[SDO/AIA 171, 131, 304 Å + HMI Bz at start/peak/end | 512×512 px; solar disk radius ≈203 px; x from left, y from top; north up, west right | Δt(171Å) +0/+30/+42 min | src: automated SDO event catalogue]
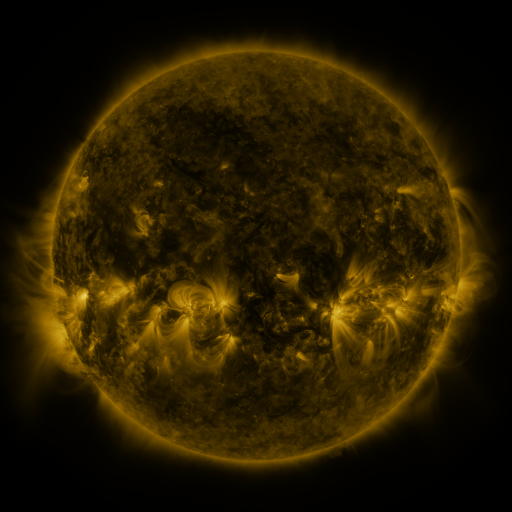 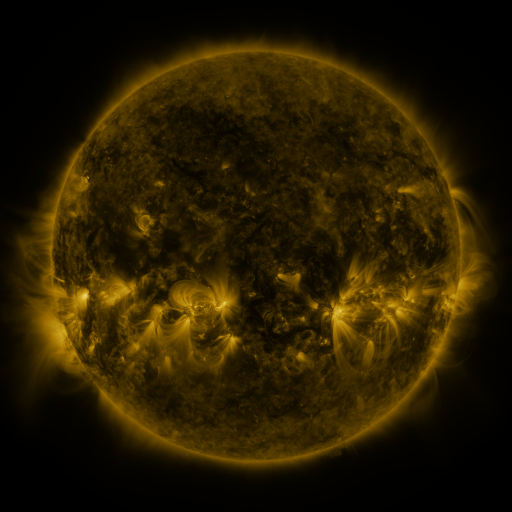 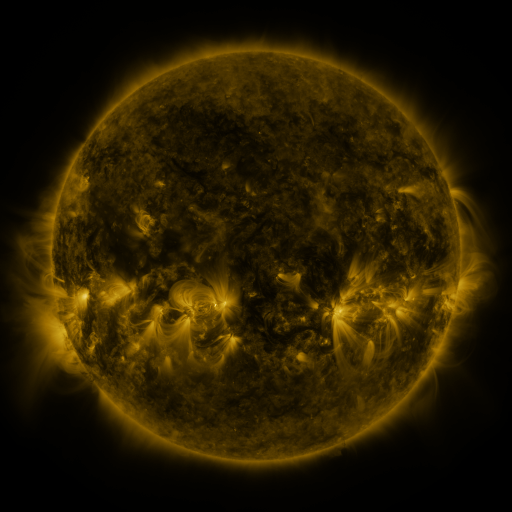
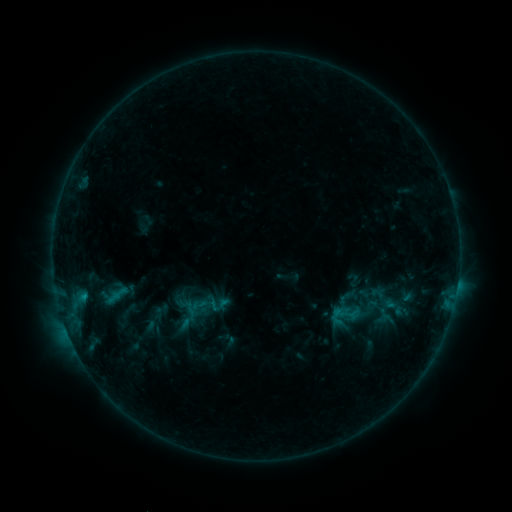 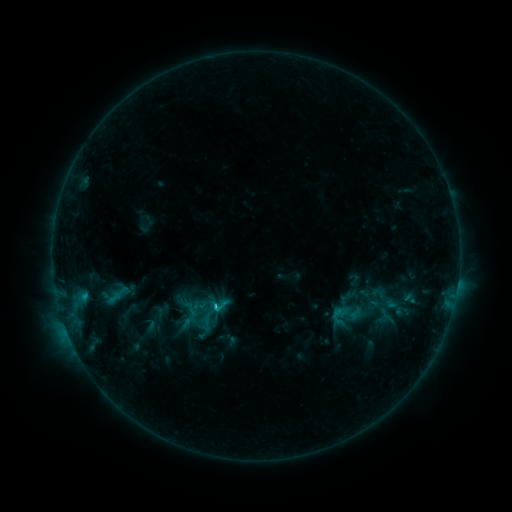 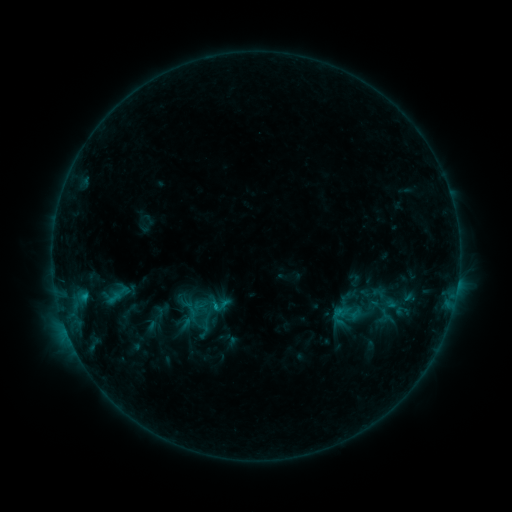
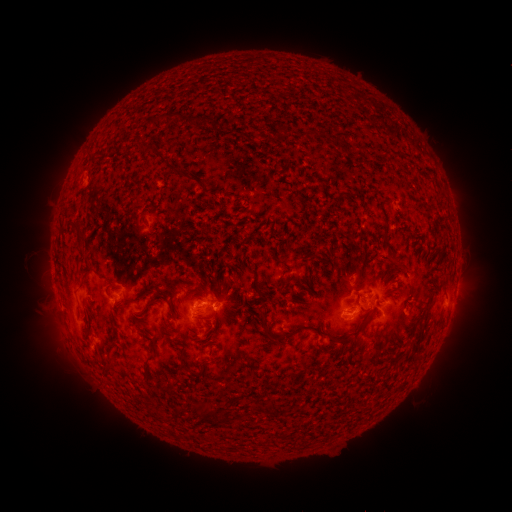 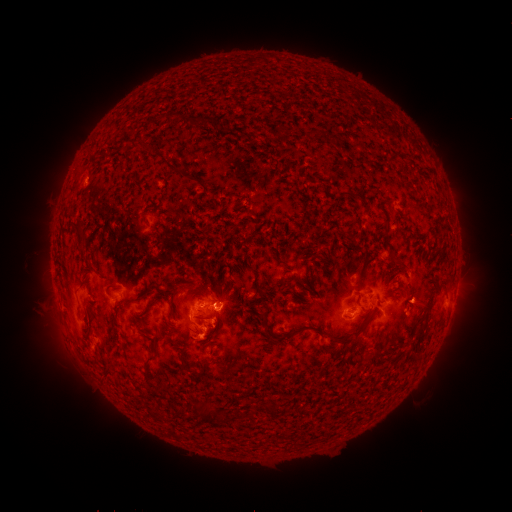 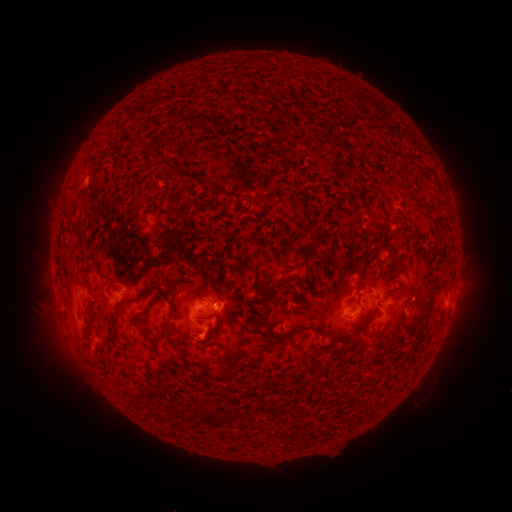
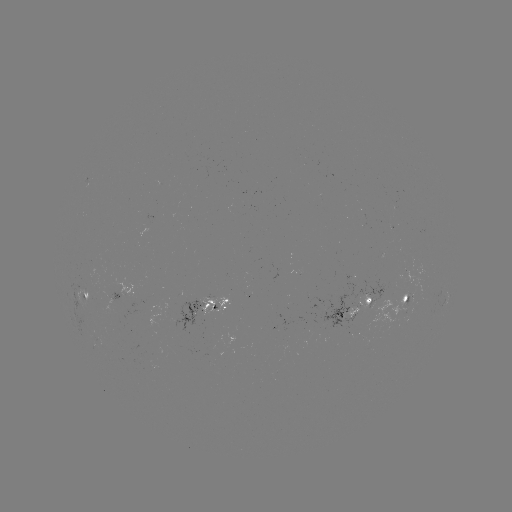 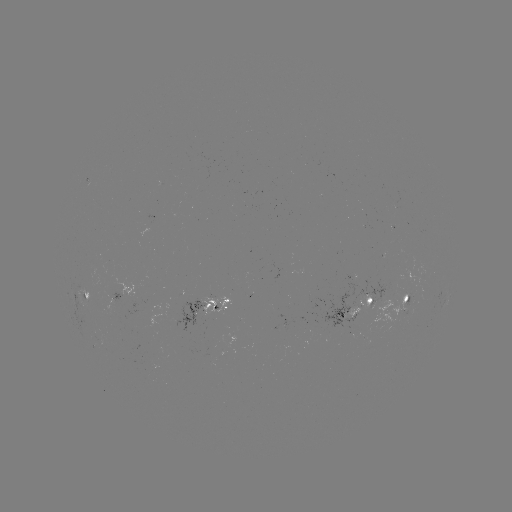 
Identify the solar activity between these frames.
C1.4 flare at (218, 307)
